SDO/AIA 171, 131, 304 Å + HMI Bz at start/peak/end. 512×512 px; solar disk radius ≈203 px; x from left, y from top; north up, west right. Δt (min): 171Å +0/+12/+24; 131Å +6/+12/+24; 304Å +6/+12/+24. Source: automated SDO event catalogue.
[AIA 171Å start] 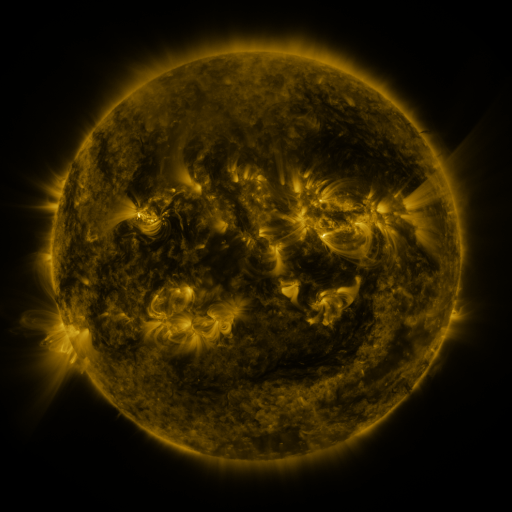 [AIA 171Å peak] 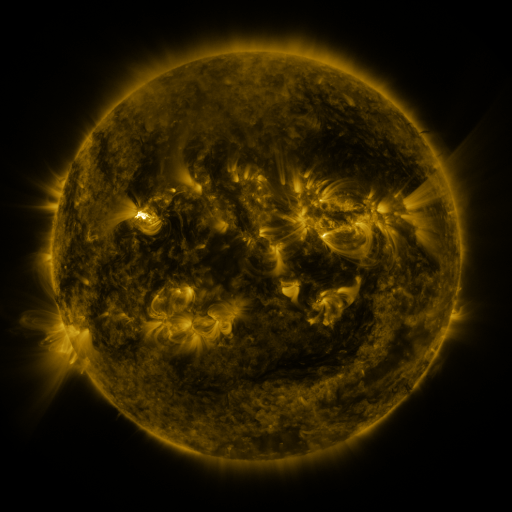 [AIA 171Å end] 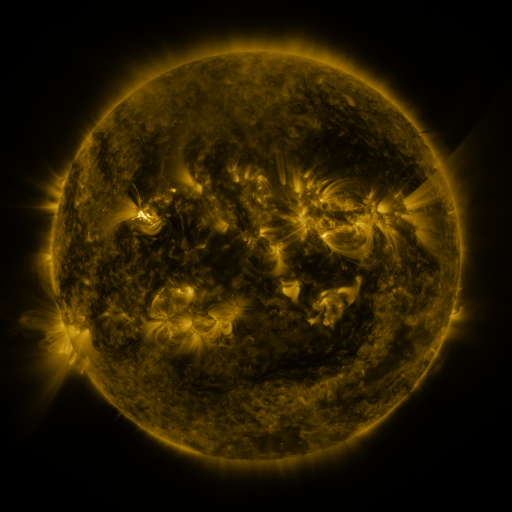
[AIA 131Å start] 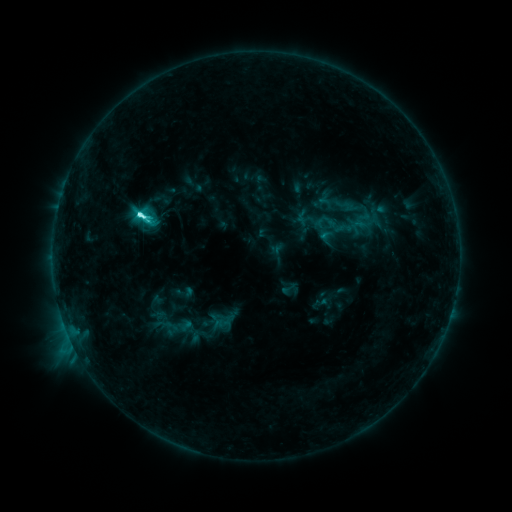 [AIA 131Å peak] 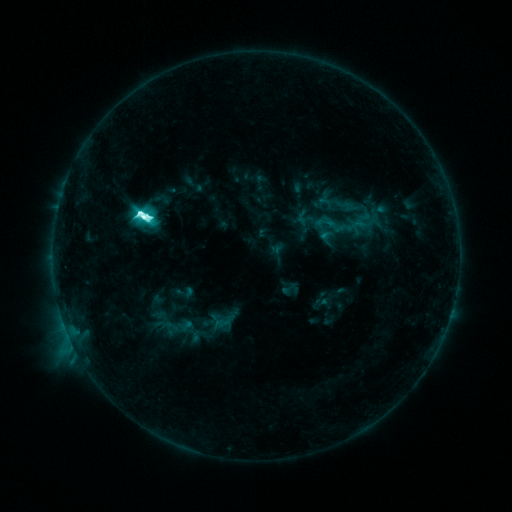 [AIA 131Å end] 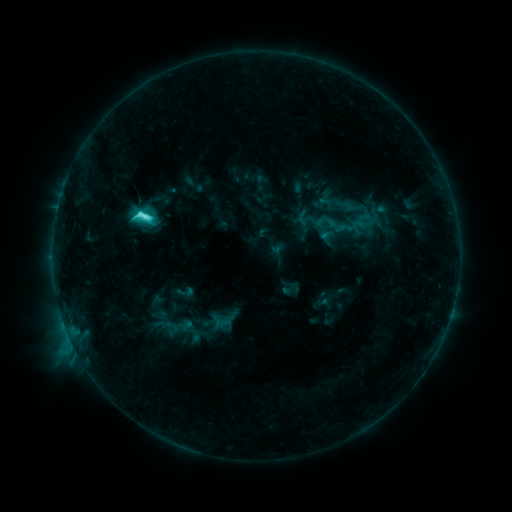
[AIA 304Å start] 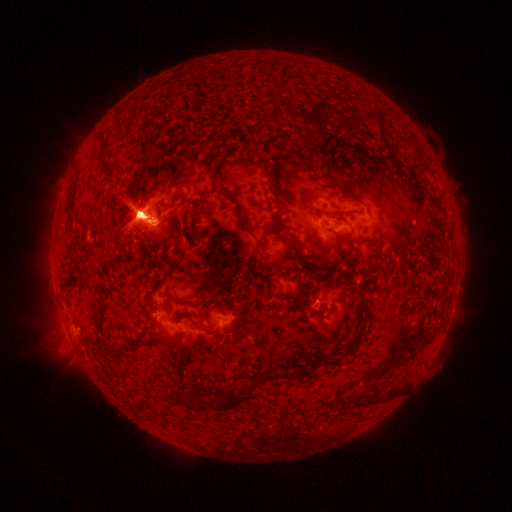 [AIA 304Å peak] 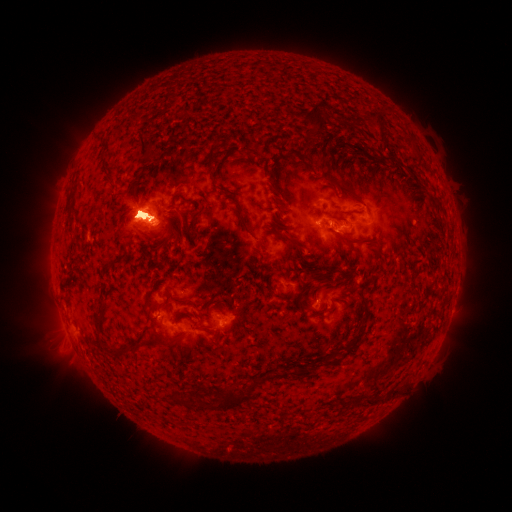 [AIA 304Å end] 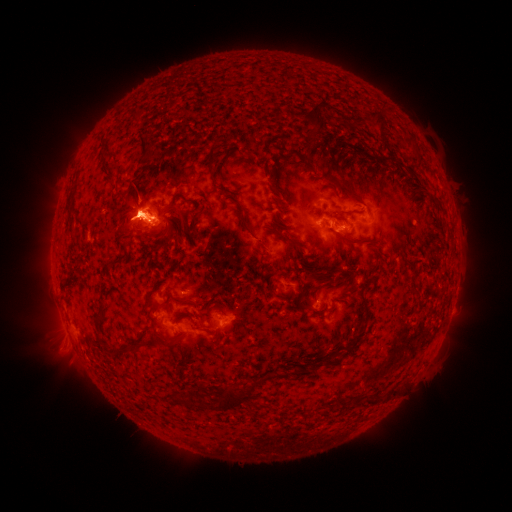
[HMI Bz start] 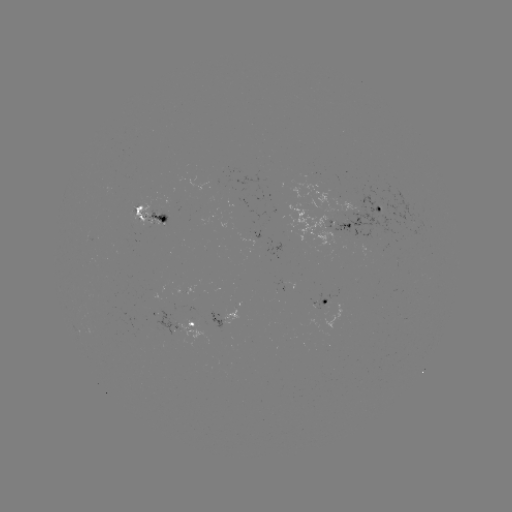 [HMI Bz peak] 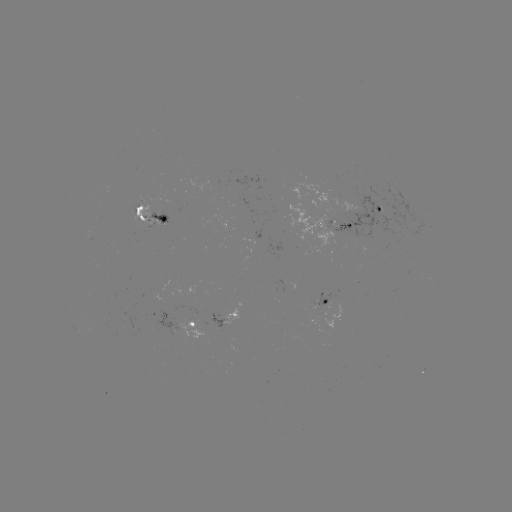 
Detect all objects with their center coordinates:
eruption: (129, 217)
